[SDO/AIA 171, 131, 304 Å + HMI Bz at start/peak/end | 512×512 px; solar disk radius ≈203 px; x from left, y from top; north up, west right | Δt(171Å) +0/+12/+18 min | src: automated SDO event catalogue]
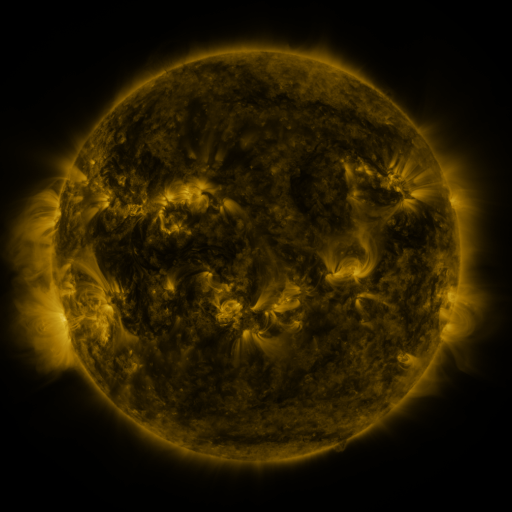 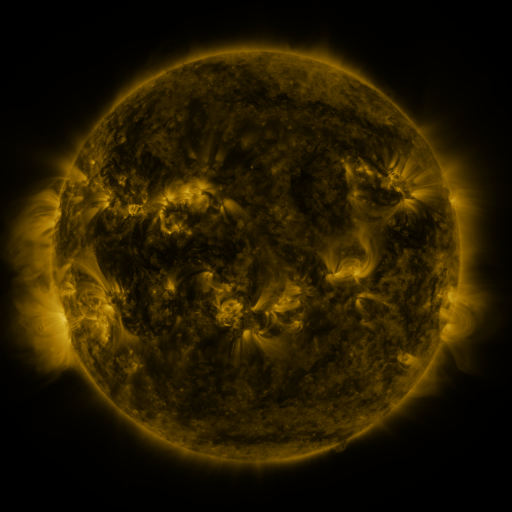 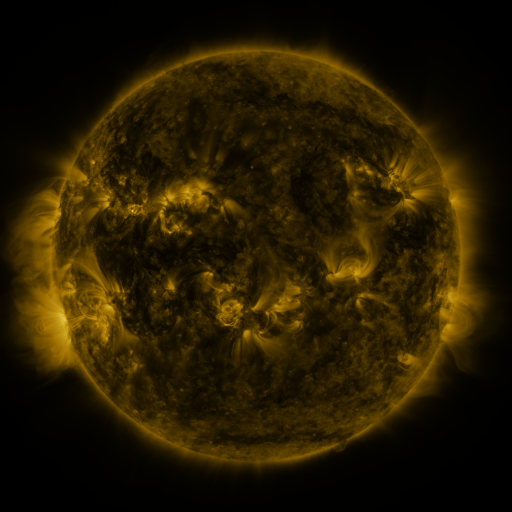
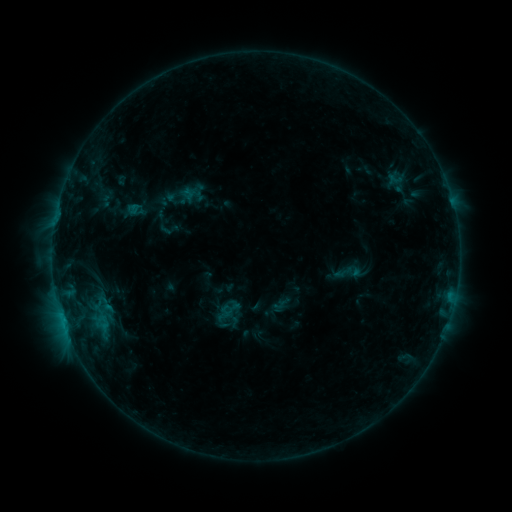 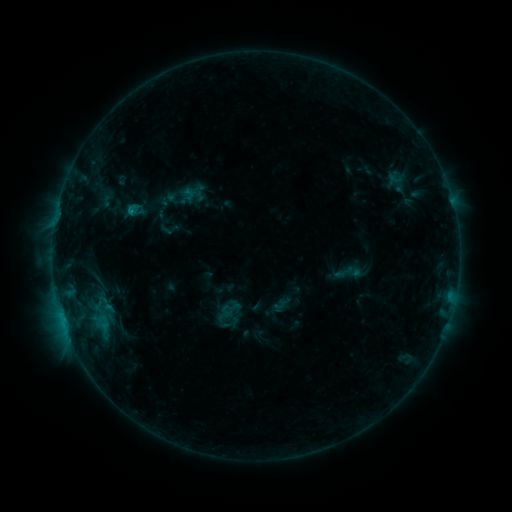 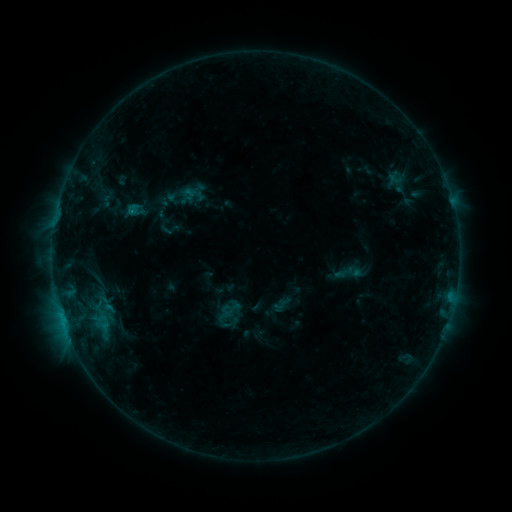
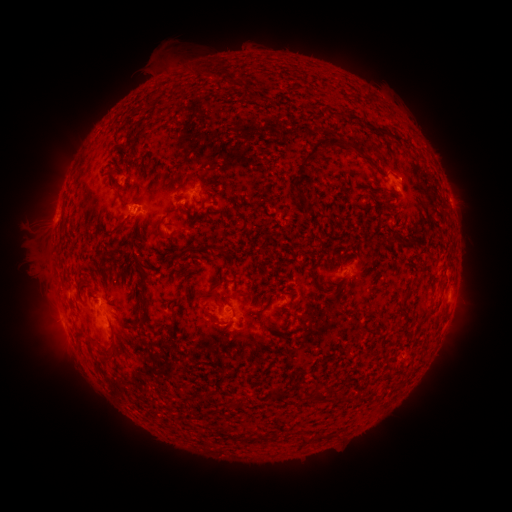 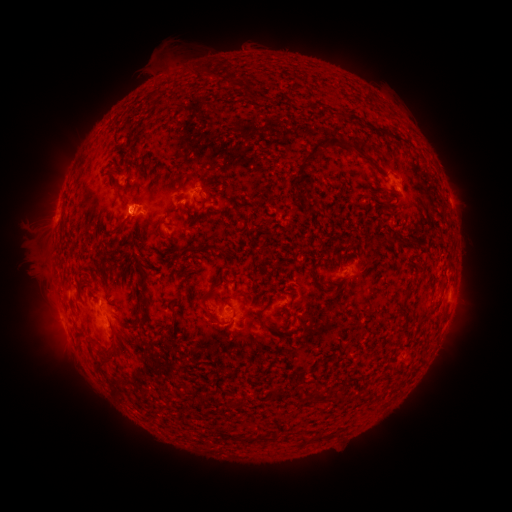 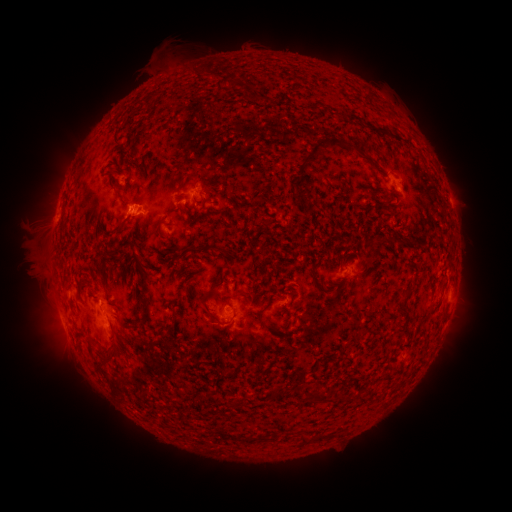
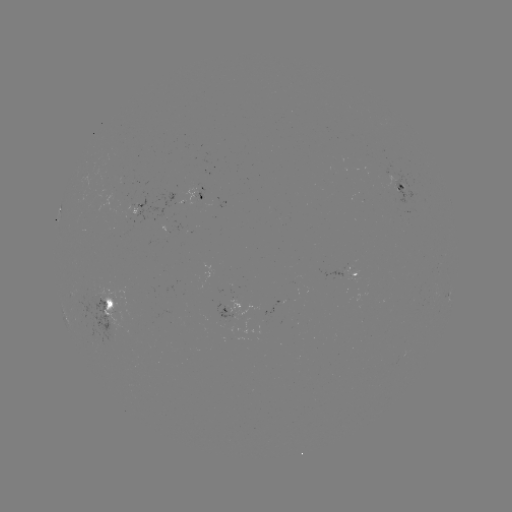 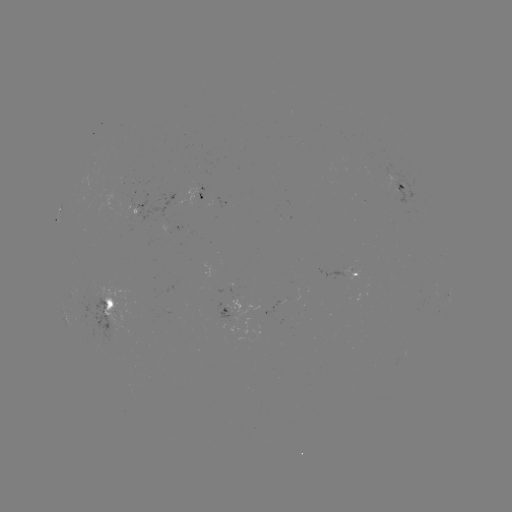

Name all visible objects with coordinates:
B5.2 flare: (131, 213)
